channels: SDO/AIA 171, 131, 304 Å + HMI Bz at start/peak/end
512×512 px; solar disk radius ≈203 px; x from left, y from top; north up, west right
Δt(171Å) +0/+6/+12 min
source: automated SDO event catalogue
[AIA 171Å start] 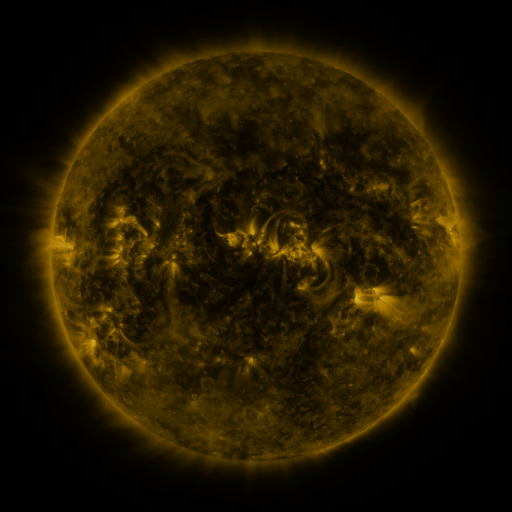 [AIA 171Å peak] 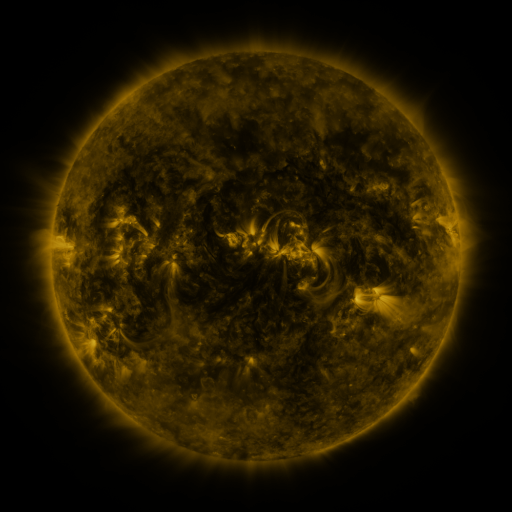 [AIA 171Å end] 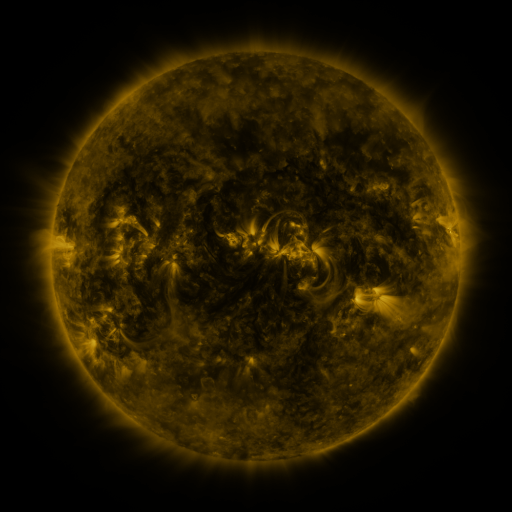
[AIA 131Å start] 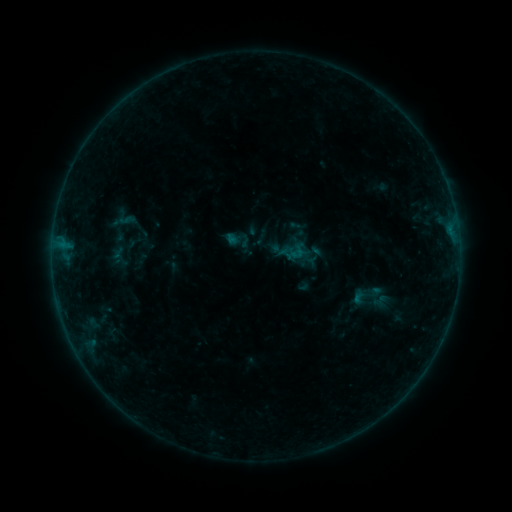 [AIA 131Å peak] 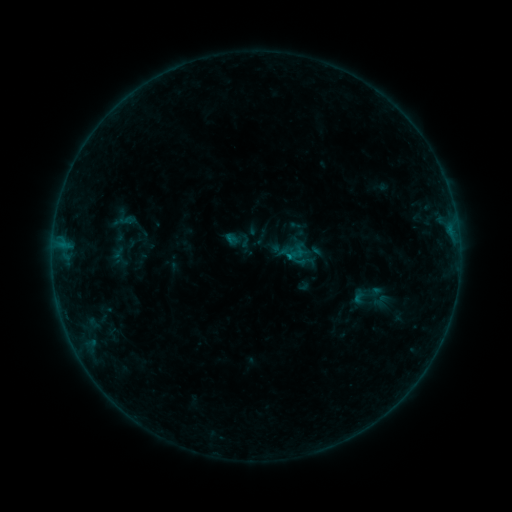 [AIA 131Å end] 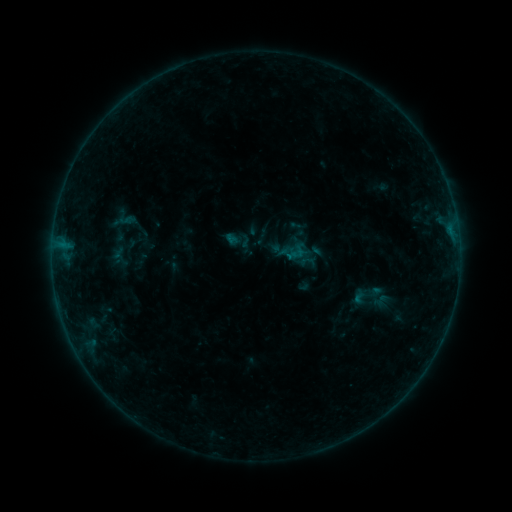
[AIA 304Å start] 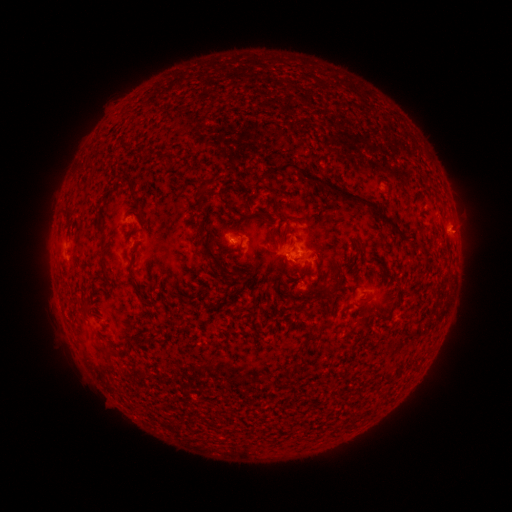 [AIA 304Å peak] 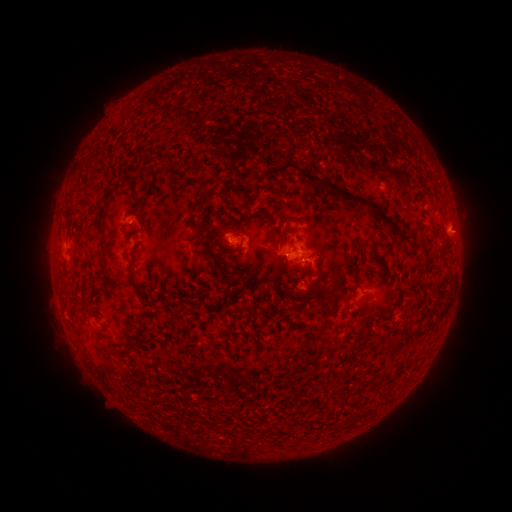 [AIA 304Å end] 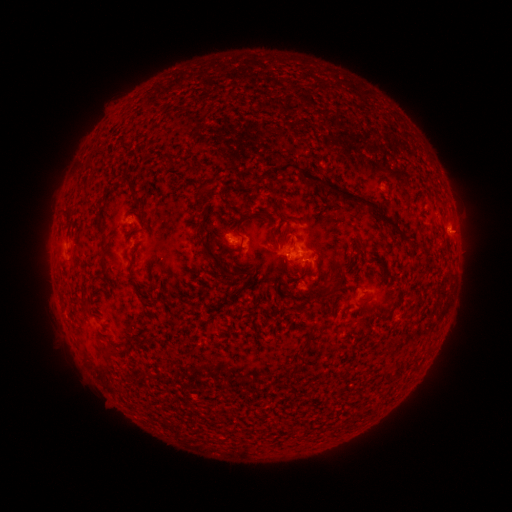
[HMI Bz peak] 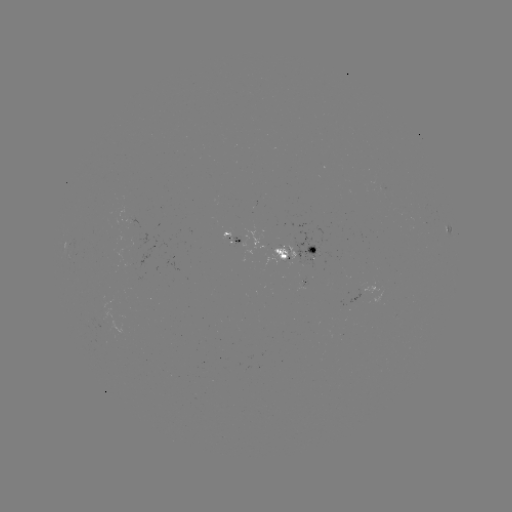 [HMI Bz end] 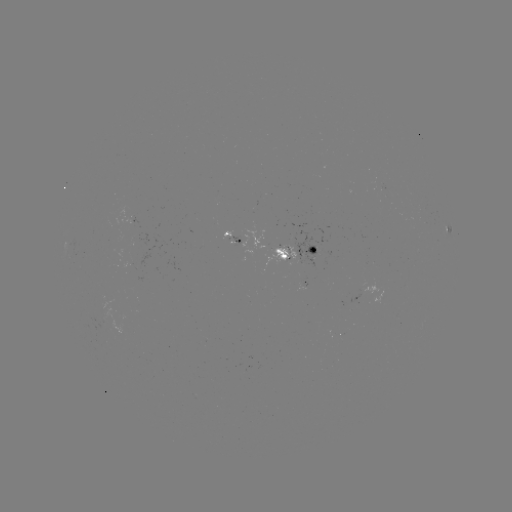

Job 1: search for B3.6 flare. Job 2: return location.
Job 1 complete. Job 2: [287, 260].